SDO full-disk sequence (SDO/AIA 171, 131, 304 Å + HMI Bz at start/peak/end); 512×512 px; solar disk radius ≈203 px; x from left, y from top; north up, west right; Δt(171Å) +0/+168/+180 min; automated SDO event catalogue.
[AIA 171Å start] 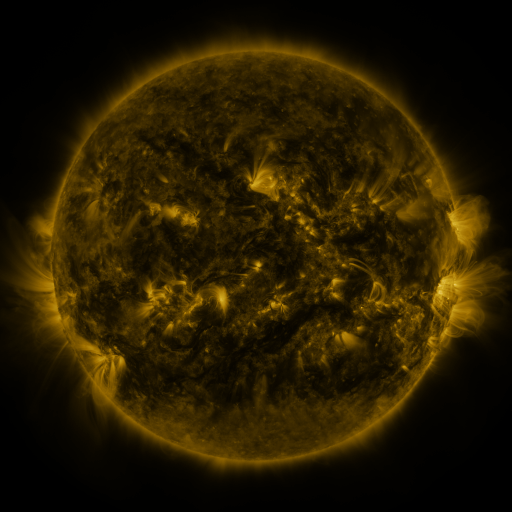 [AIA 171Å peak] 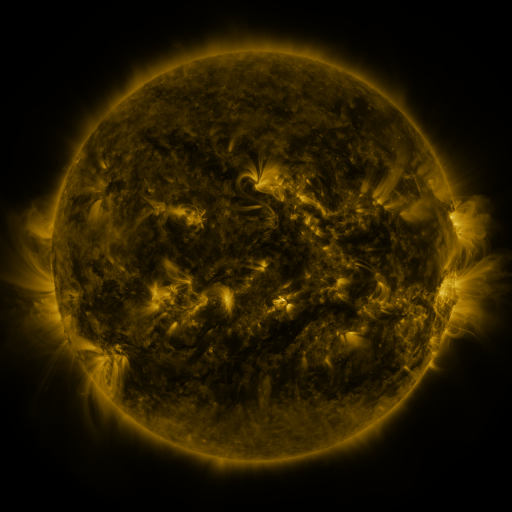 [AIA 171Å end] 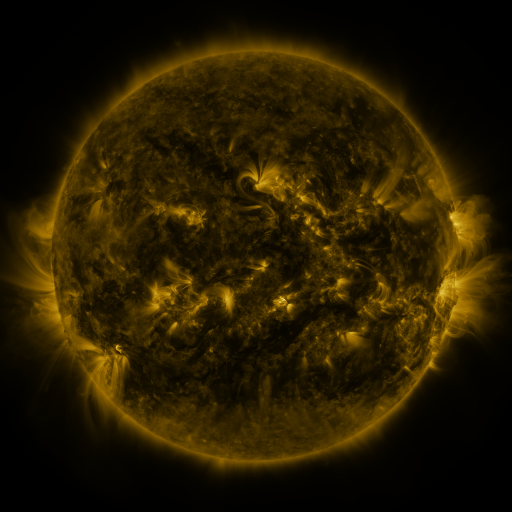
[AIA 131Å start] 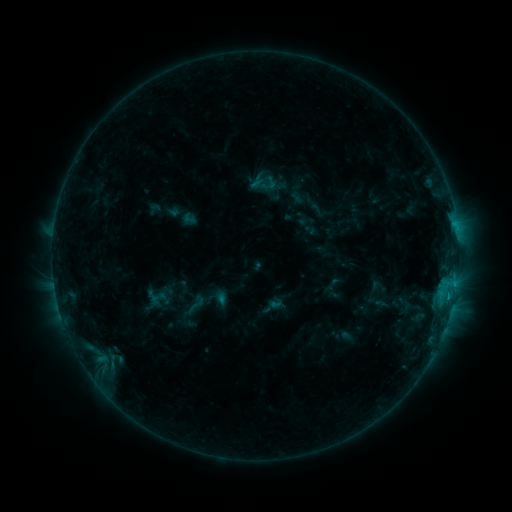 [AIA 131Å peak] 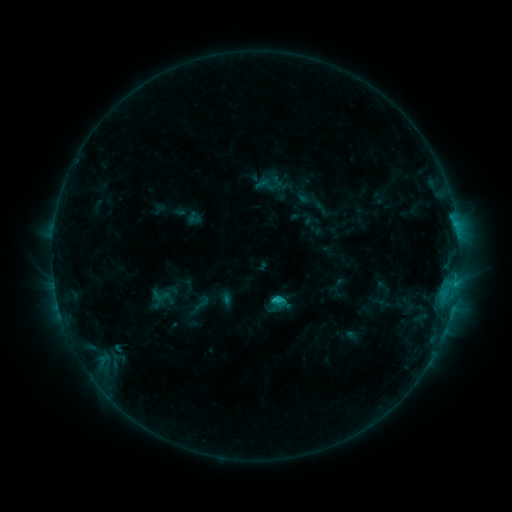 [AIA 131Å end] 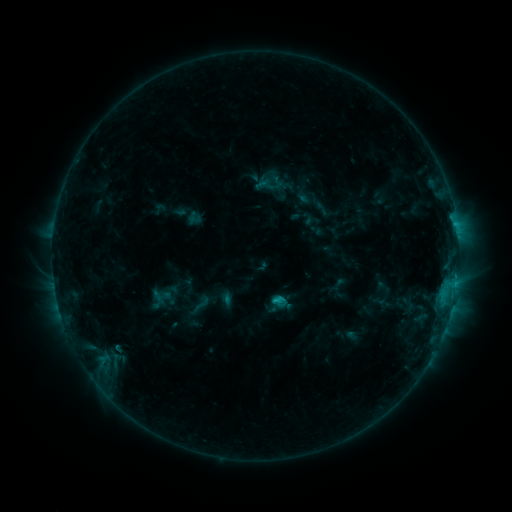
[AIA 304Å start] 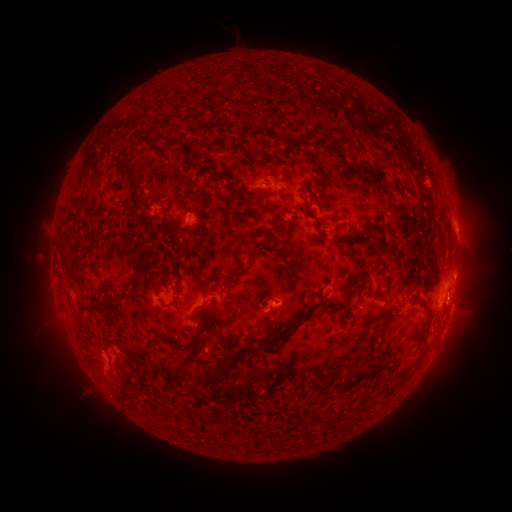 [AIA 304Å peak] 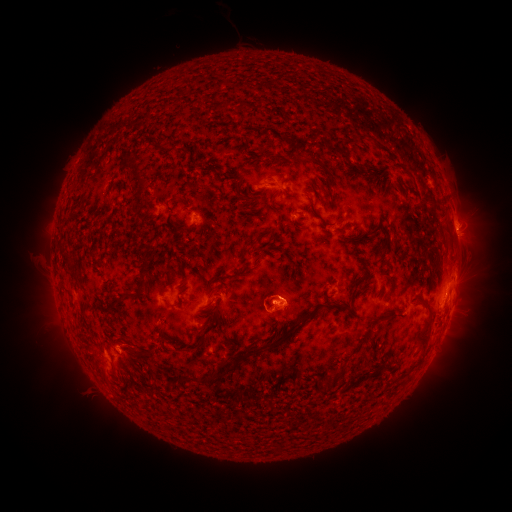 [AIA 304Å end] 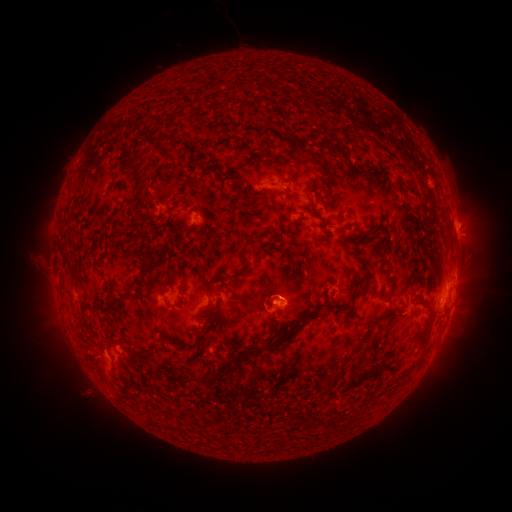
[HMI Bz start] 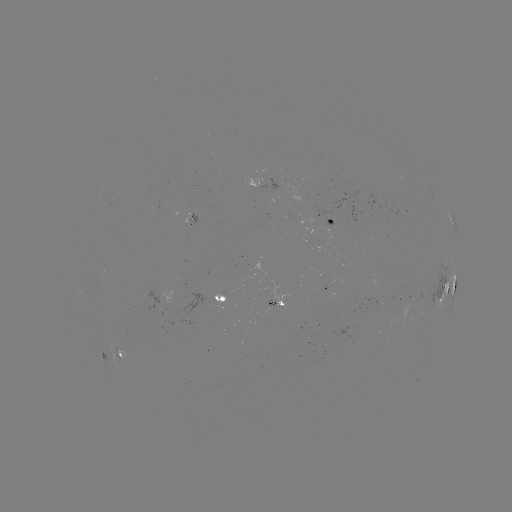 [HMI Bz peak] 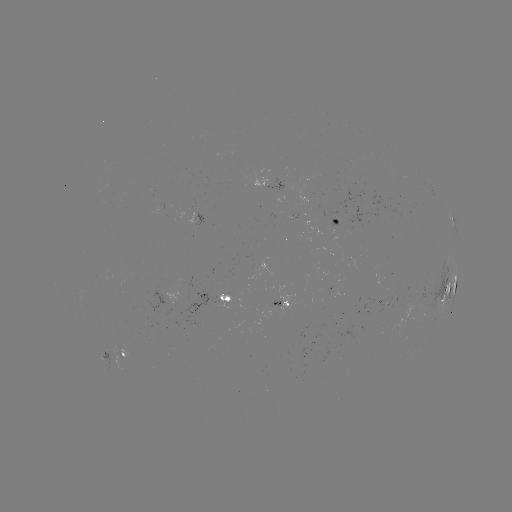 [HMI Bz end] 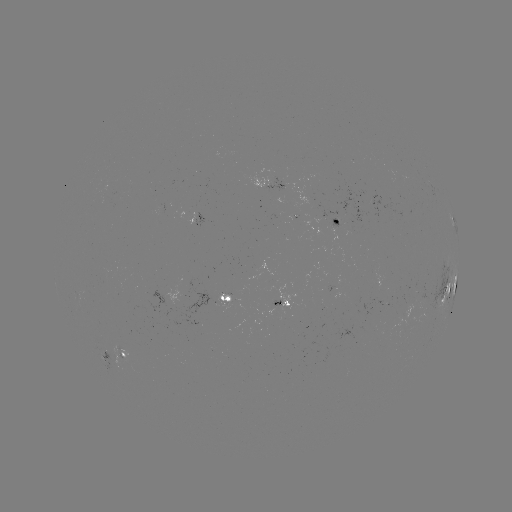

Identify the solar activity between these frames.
emerging-flux region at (280, 186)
